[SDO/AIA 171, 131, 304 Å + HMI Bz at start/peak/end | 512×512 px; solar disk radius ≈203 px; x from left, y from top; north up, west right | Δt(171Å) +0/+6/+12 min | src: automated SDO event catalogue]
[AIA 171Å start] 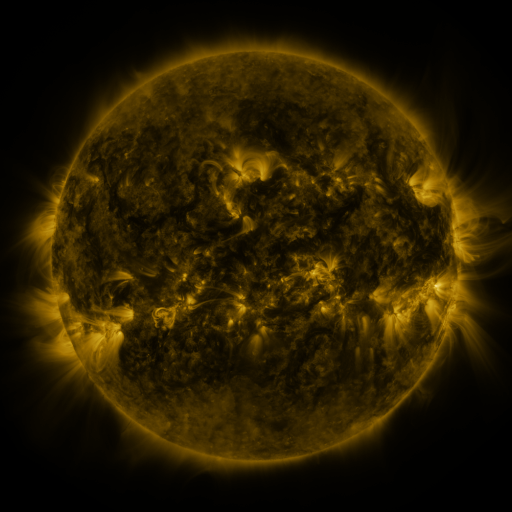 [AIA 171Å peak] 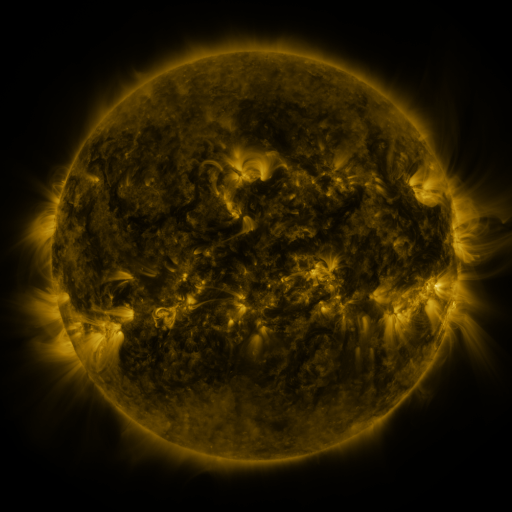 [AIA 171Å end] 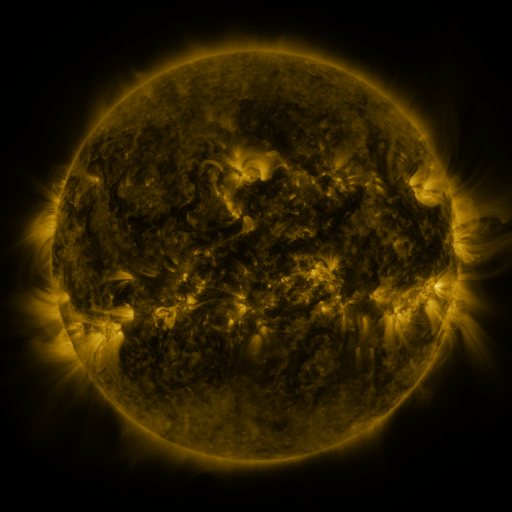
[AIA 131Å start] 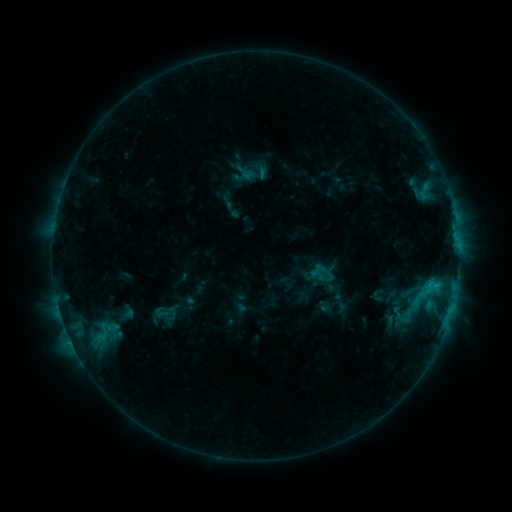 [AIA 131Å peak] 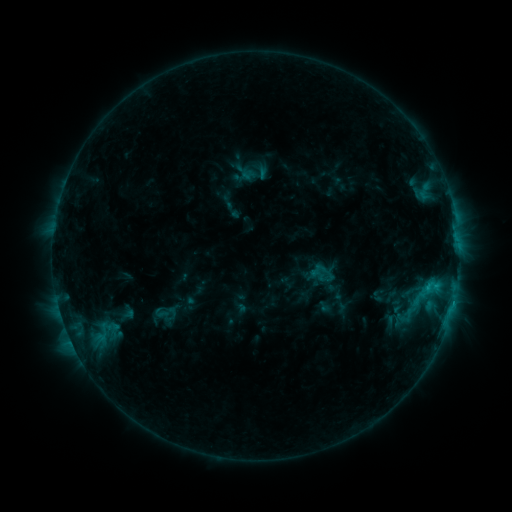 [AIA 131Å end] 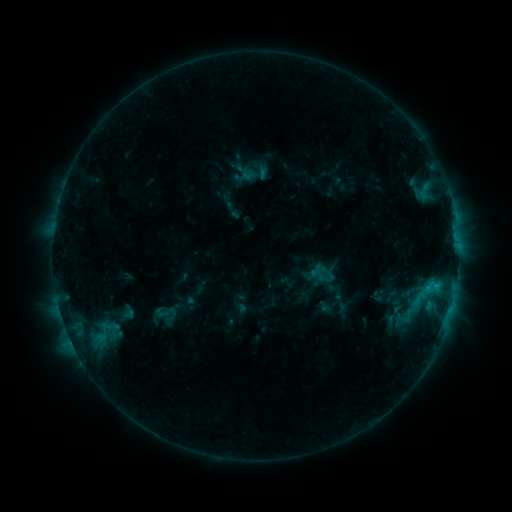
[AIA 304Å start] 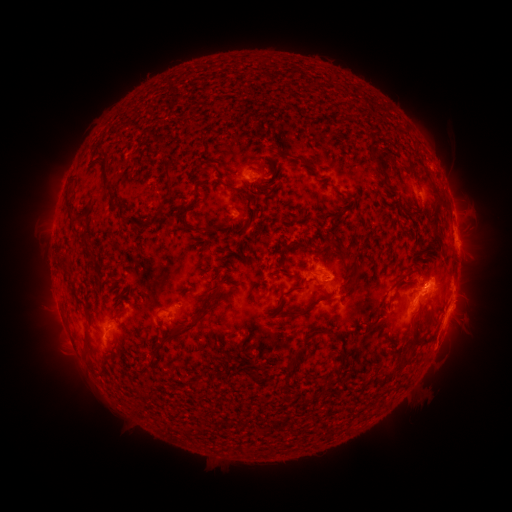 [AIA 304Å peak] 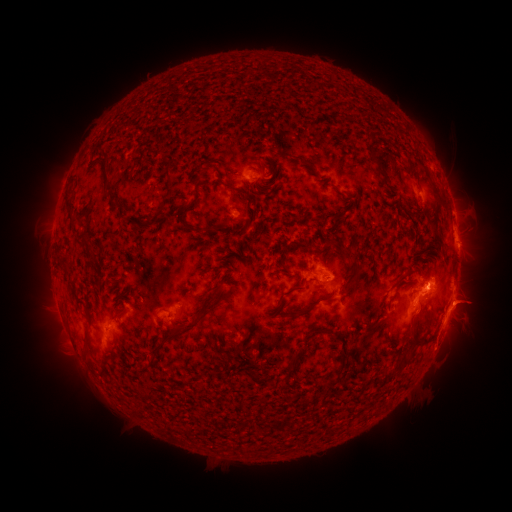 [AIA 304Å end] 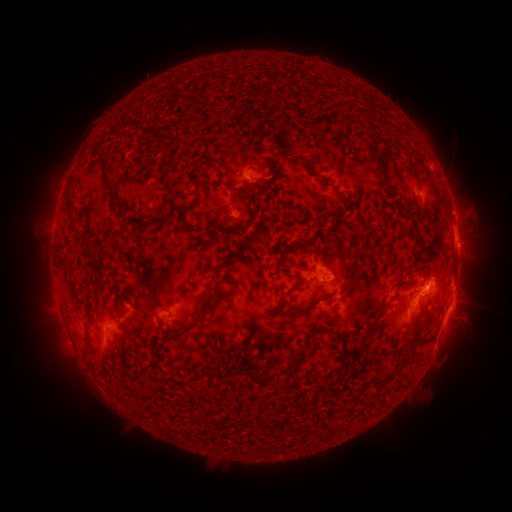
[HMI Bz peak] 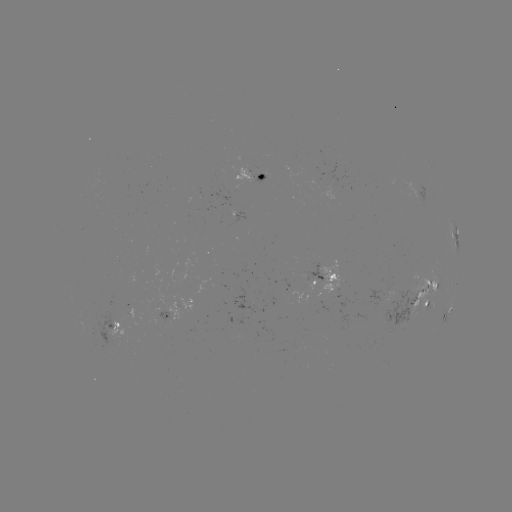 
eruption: <bbox>437, 275, 499, 327</bbox>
